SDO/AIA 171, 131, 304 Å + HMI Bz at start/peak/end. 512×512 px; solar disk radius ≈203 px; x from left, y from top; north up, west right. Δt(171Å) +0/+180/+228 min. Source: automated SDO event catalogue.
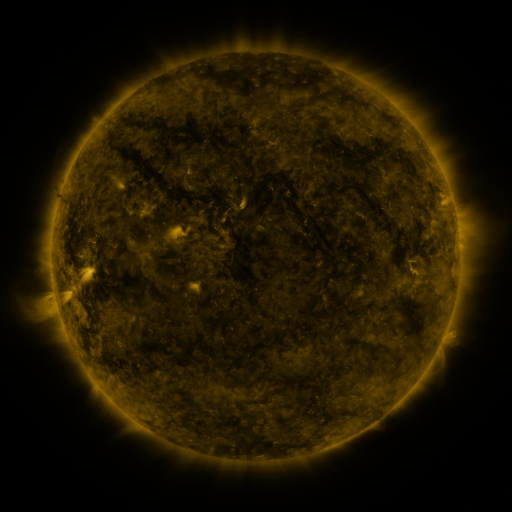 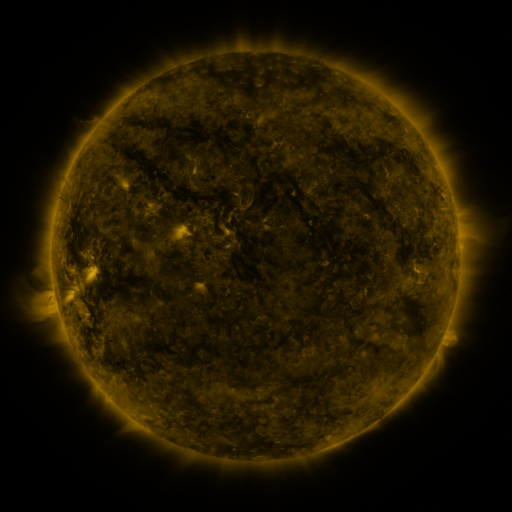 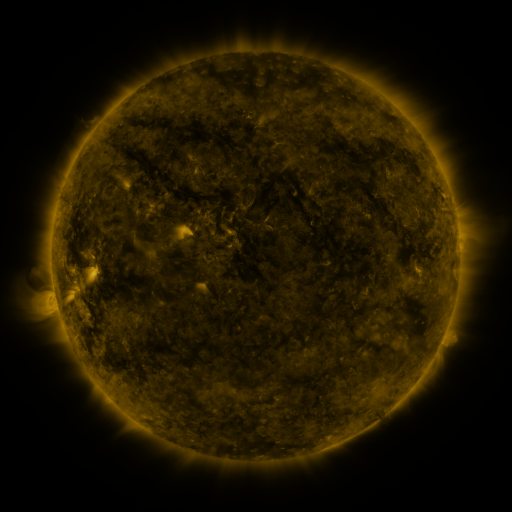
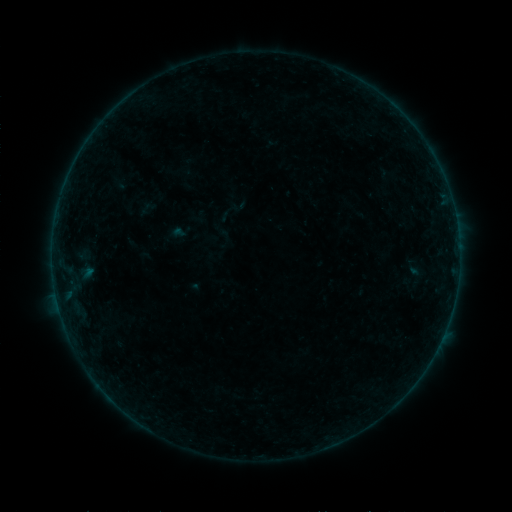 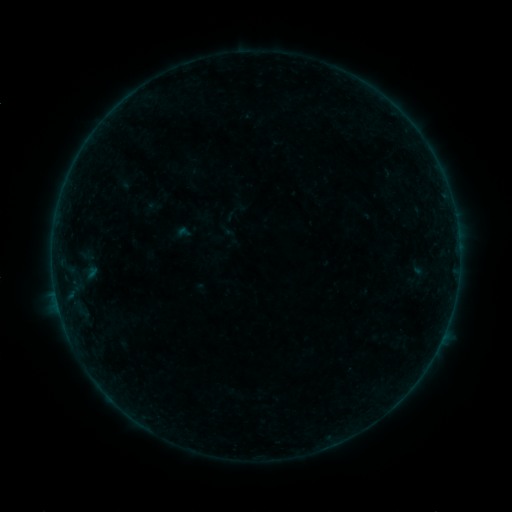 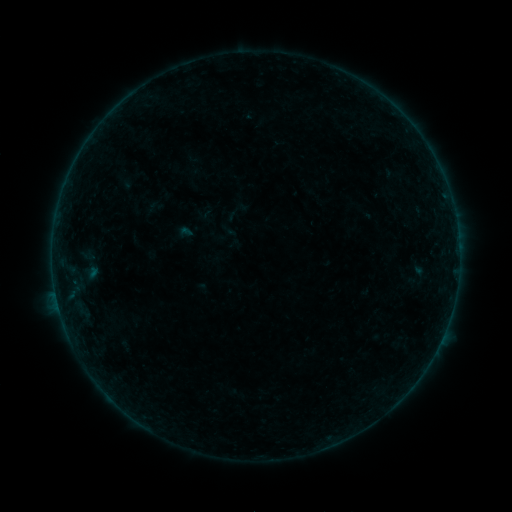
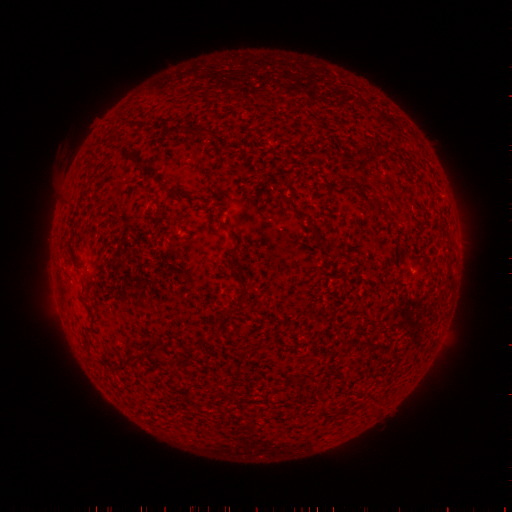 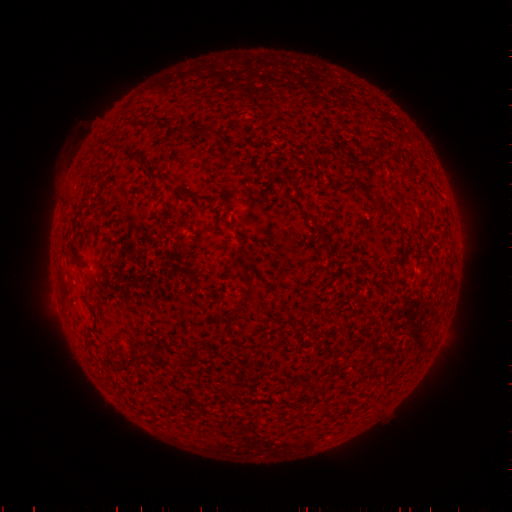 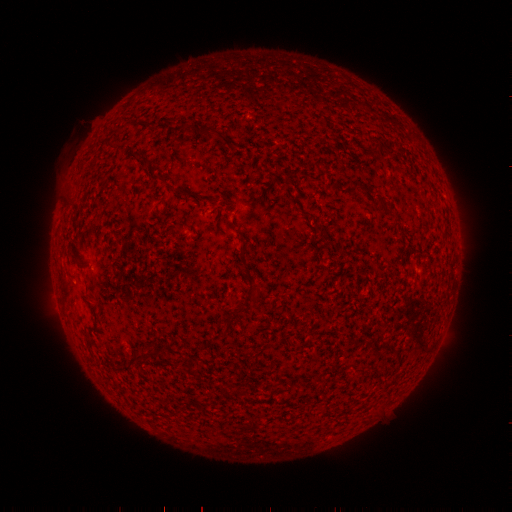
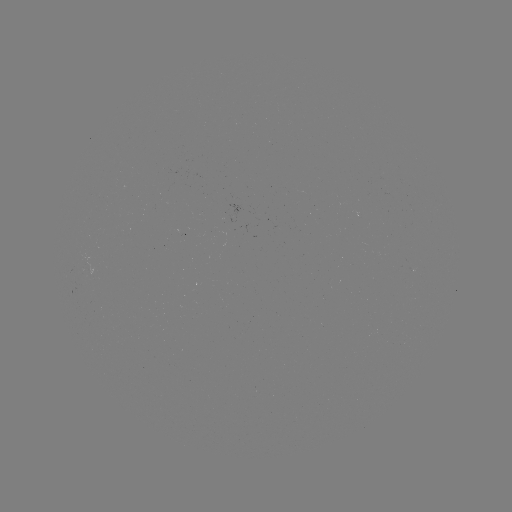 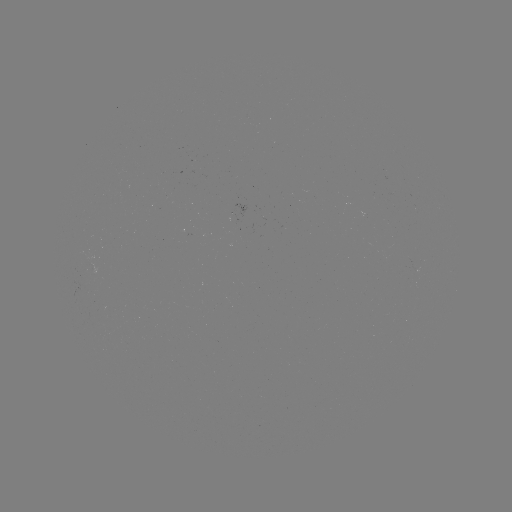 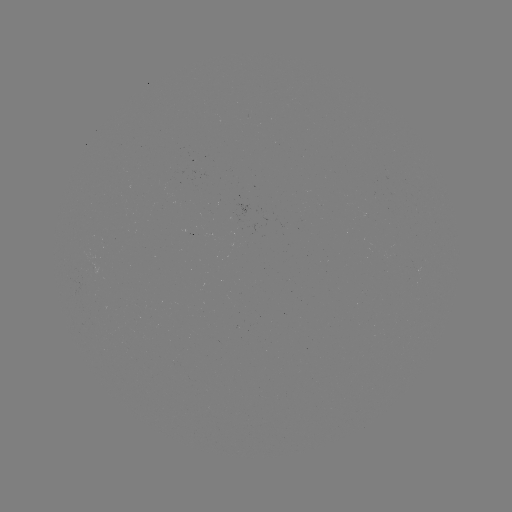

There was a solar emerging-flux region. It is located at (364, 217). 